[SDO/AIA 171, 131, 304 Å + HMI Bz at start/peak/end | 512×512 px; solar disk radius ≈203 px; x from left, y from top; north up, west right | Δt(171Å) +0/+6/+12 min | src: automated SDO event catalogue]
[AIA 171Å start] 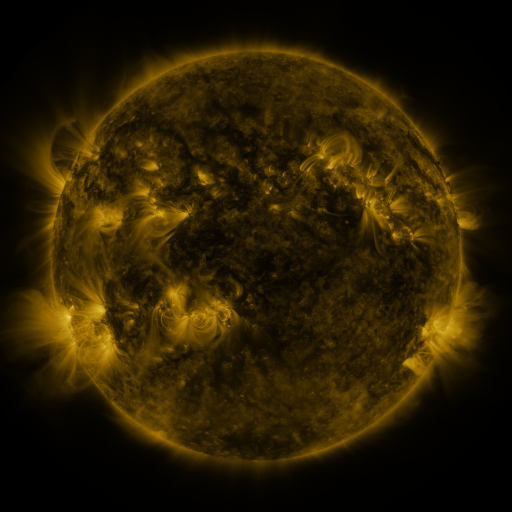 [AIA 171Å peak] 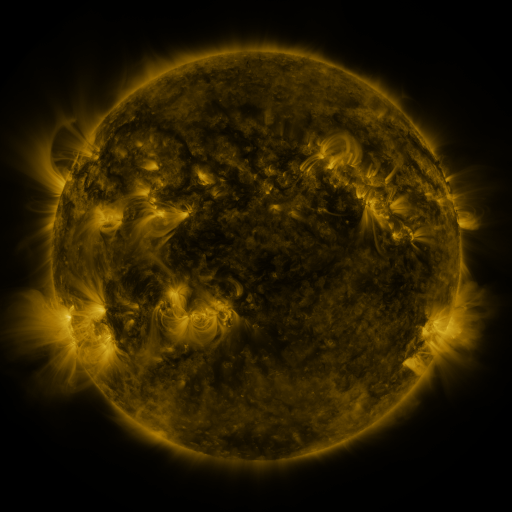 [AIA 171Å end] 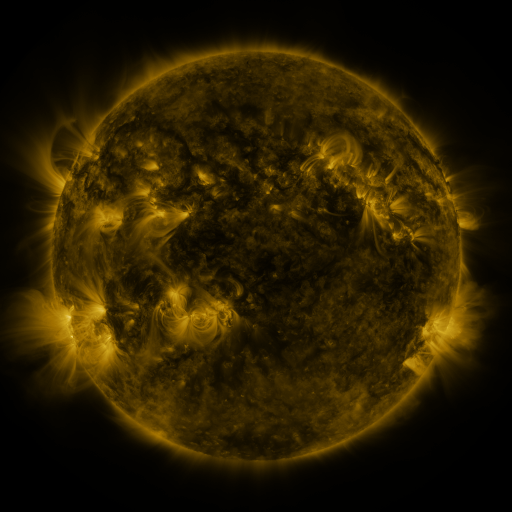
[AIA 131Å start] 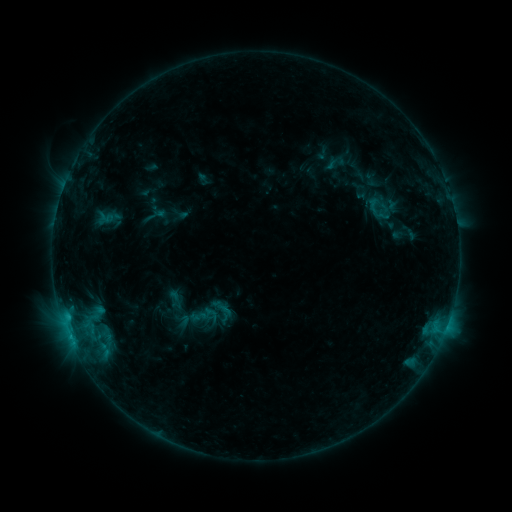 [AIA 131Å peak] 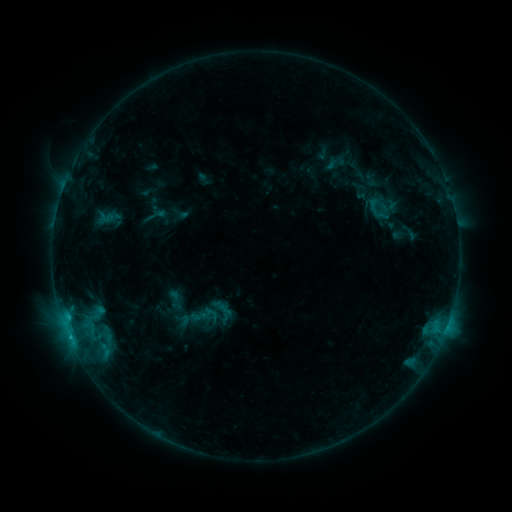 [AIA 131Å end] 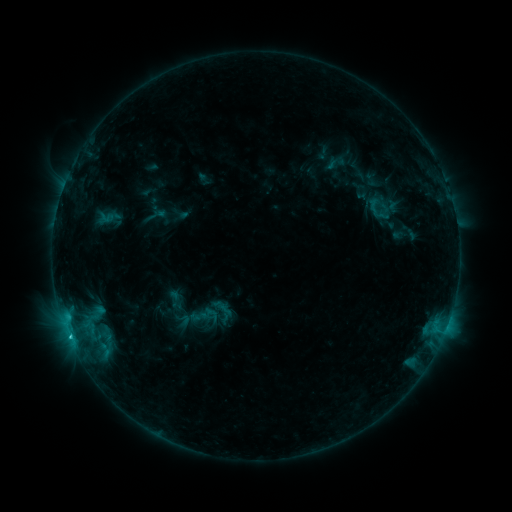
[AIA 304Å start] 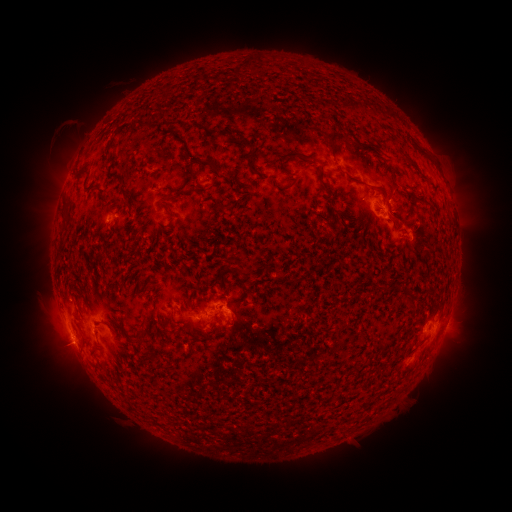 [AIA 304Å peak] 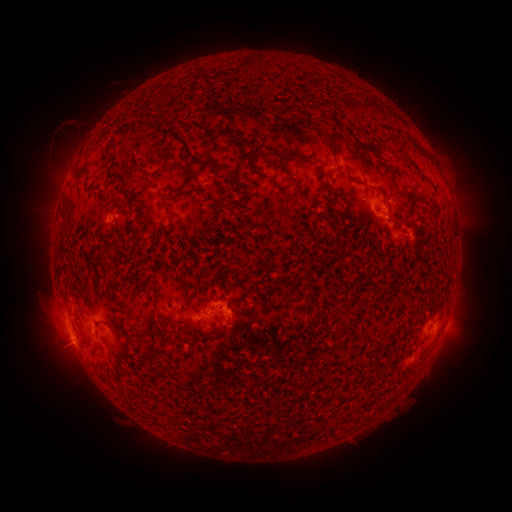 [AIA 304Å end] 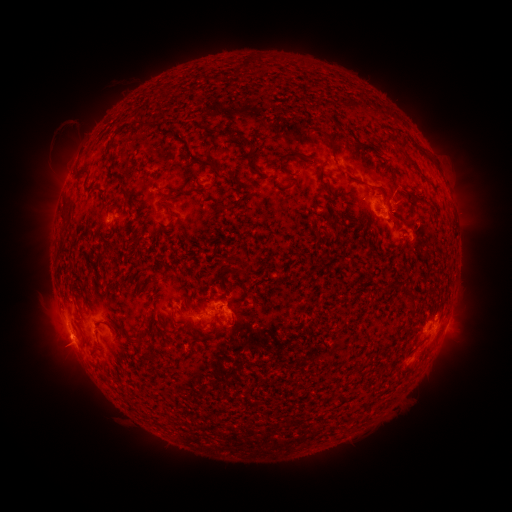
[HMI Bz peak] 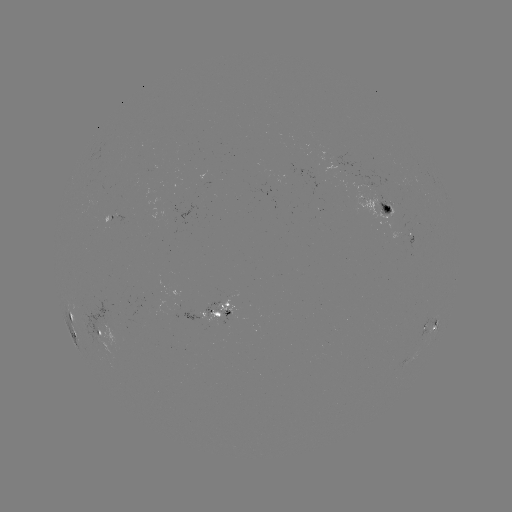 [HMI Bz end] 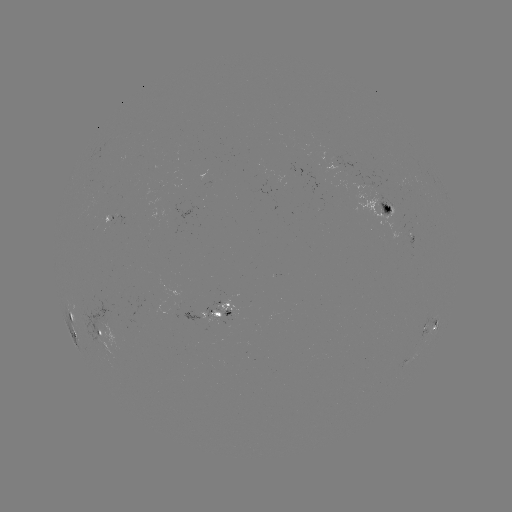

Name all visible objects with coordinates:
C1.3 flare: (69, 334)
